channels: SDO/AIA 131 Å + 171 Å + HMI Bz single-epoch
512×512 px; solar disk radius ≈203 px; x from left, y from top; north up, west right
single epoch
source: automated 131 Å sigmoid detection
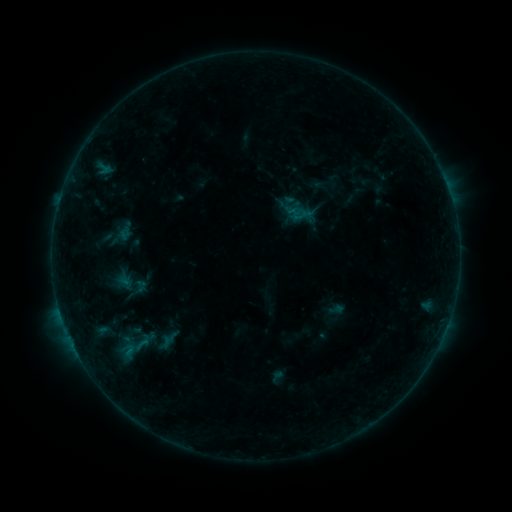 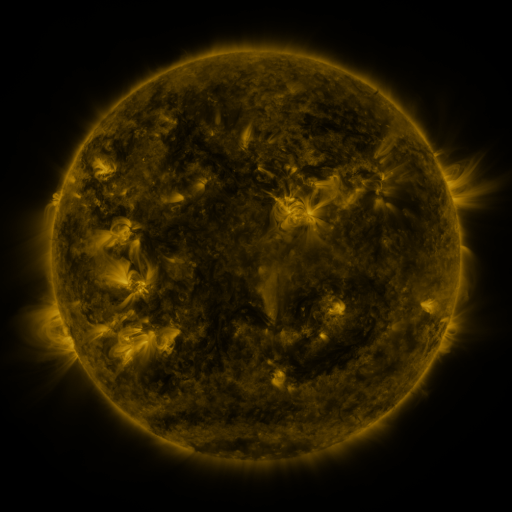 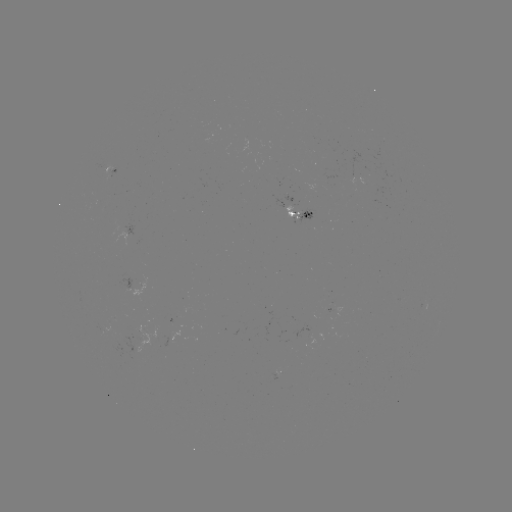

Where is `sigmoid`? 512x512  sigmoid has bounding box [114, 342, 142, 358].